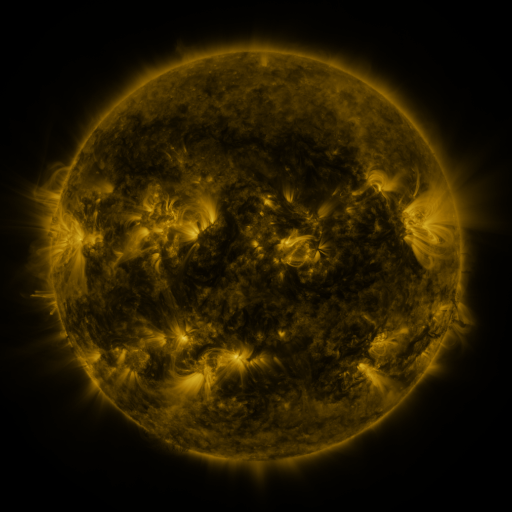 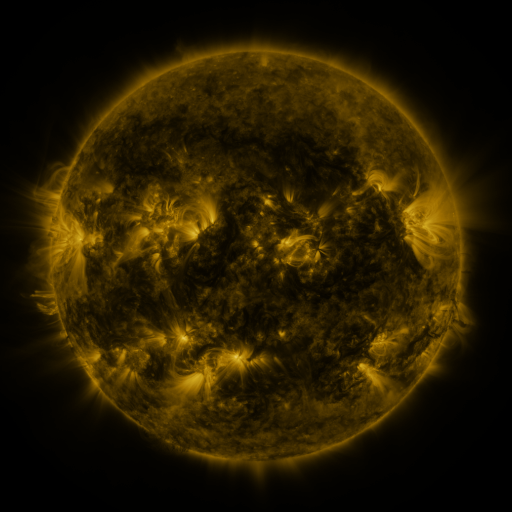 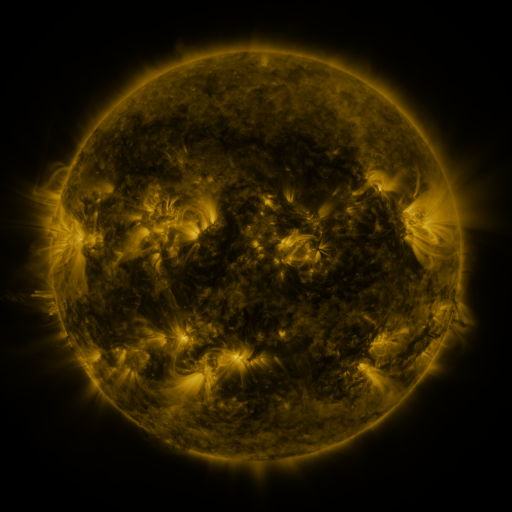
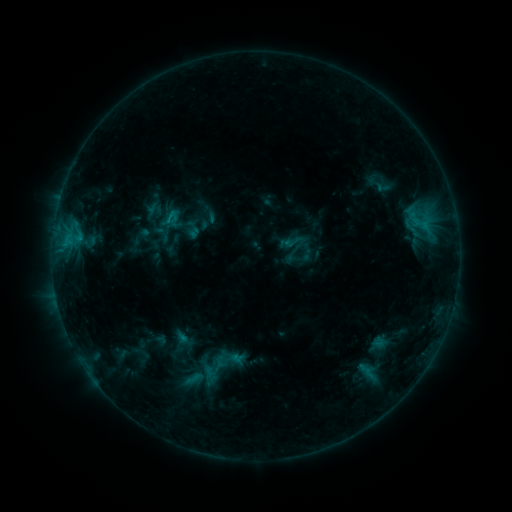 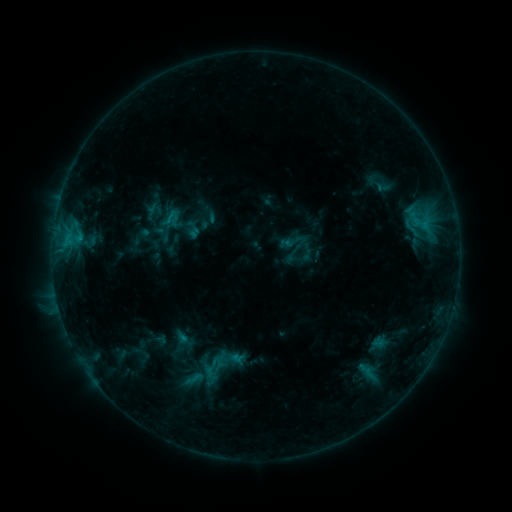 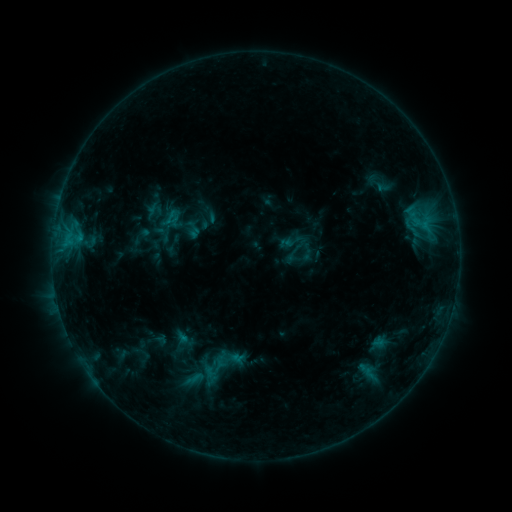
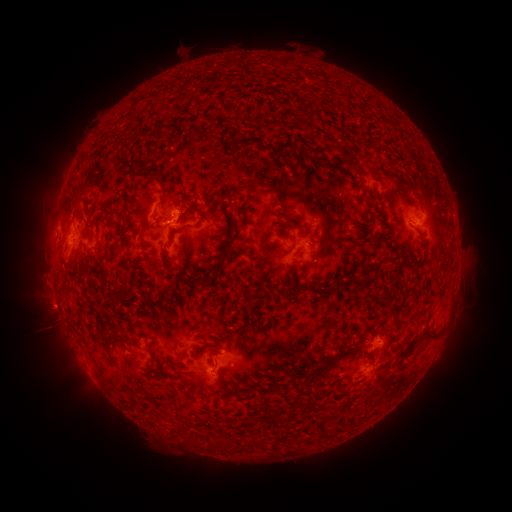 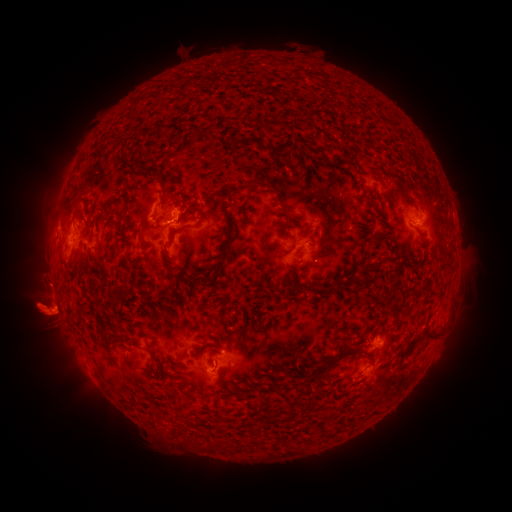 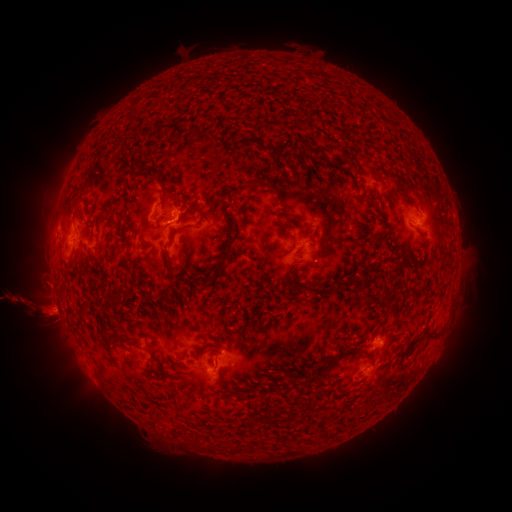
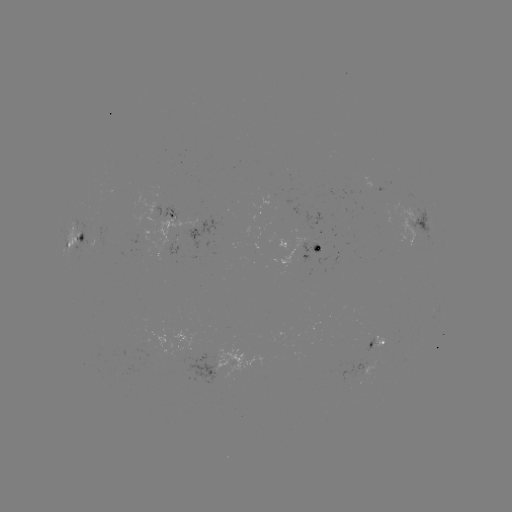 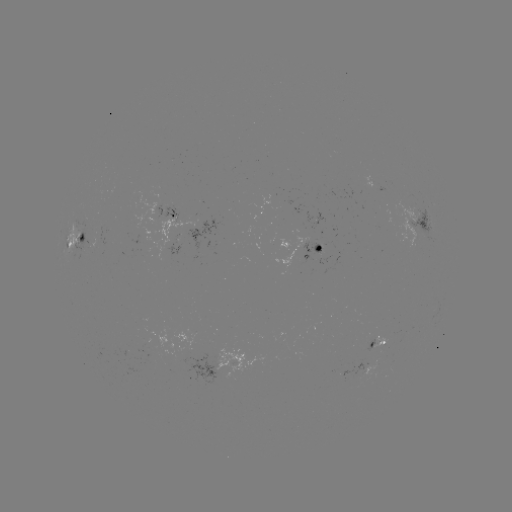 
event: eruption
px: (46, 309)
